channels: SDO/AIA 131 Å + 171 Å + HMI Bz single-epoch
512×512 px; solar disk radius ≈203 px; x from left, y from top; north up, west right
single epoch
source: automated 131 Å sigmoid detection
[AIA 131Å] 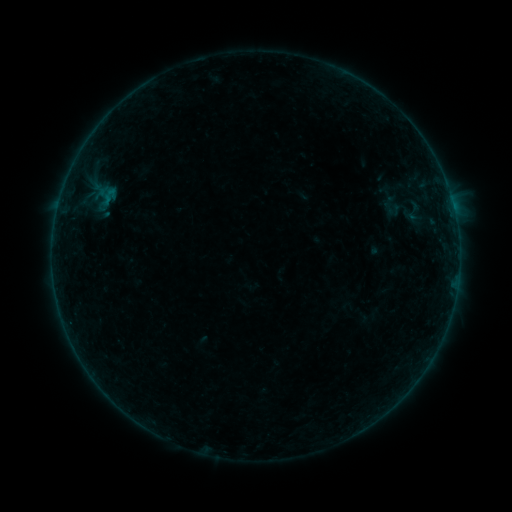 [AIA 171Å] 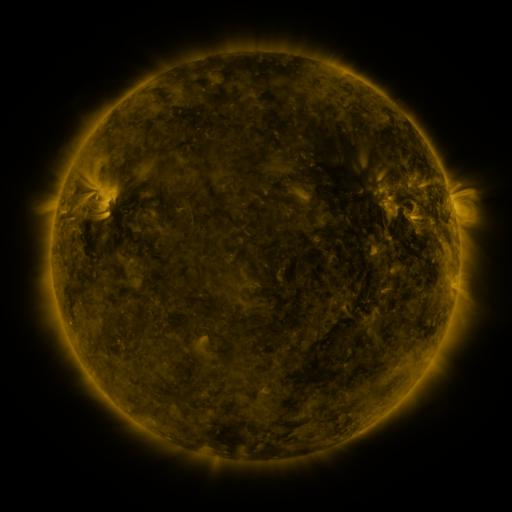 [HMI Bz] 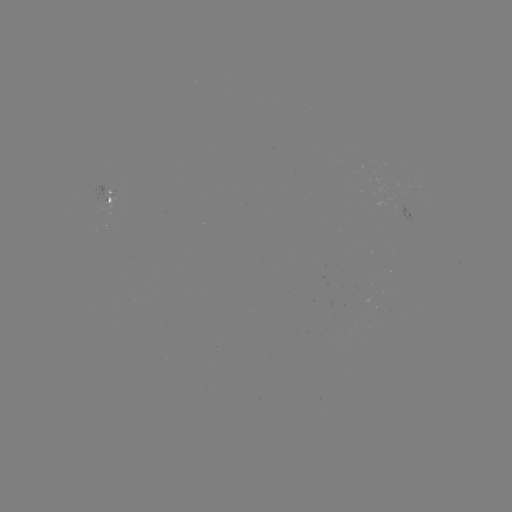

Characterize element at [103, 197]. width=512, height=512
sigmoid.